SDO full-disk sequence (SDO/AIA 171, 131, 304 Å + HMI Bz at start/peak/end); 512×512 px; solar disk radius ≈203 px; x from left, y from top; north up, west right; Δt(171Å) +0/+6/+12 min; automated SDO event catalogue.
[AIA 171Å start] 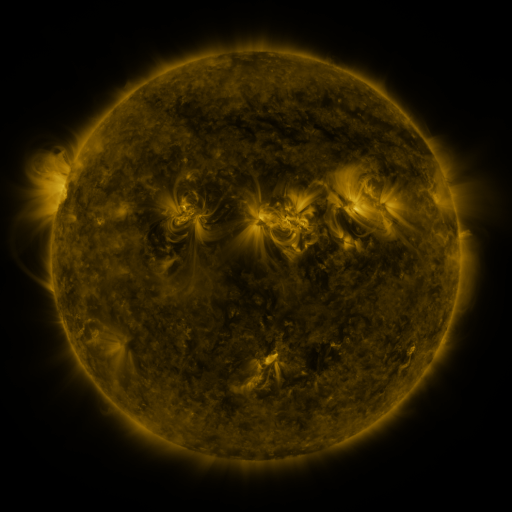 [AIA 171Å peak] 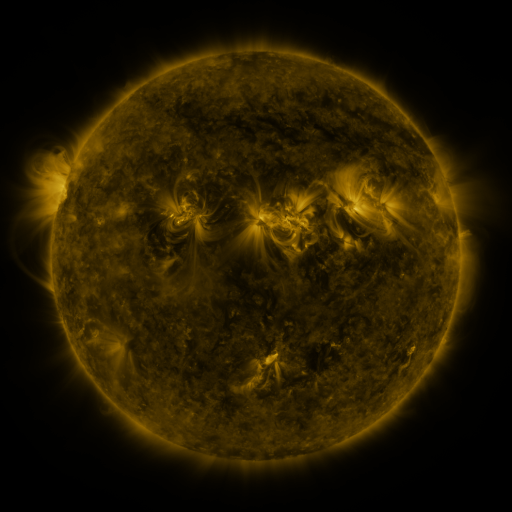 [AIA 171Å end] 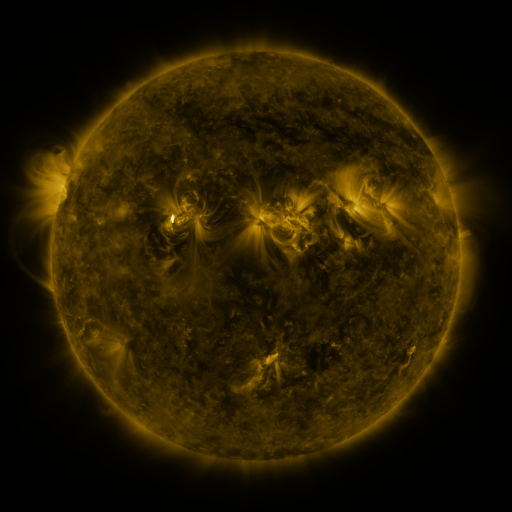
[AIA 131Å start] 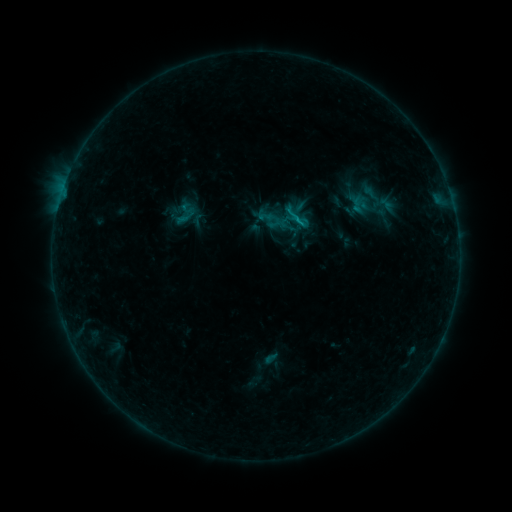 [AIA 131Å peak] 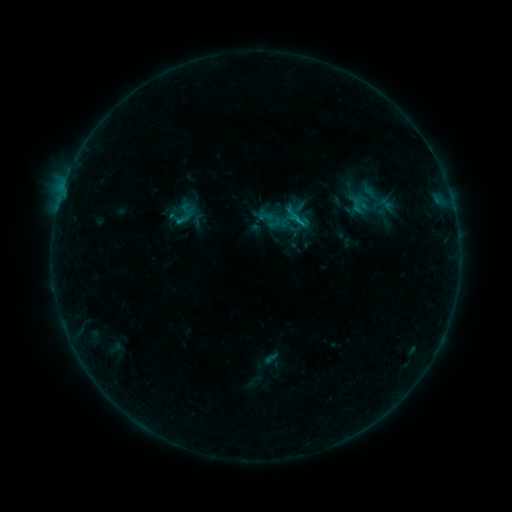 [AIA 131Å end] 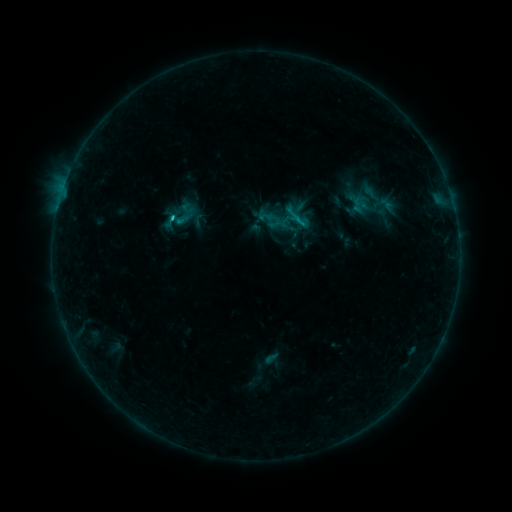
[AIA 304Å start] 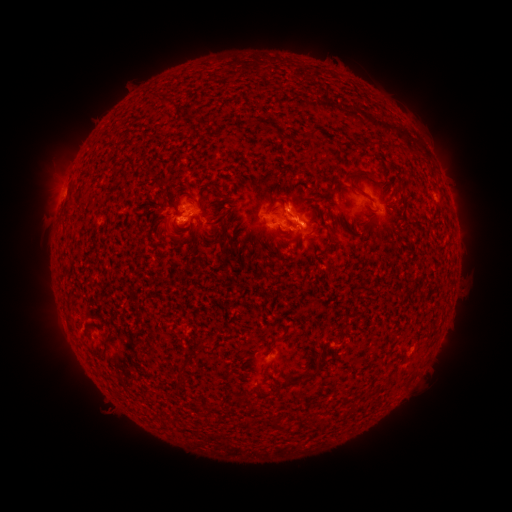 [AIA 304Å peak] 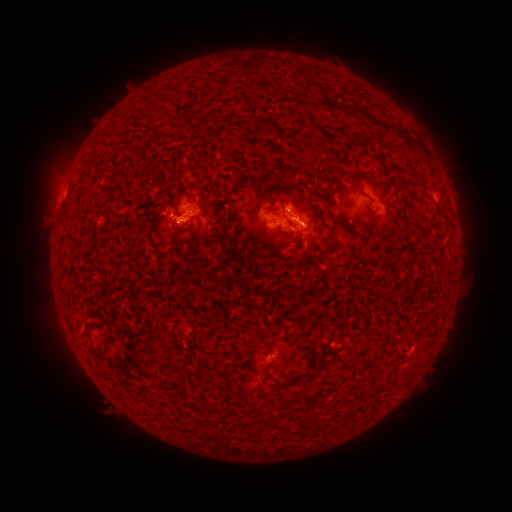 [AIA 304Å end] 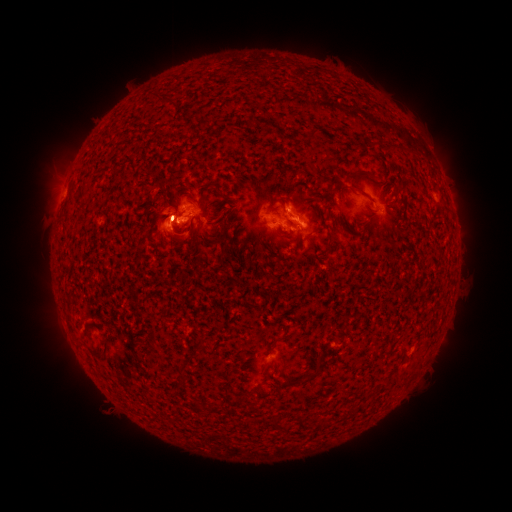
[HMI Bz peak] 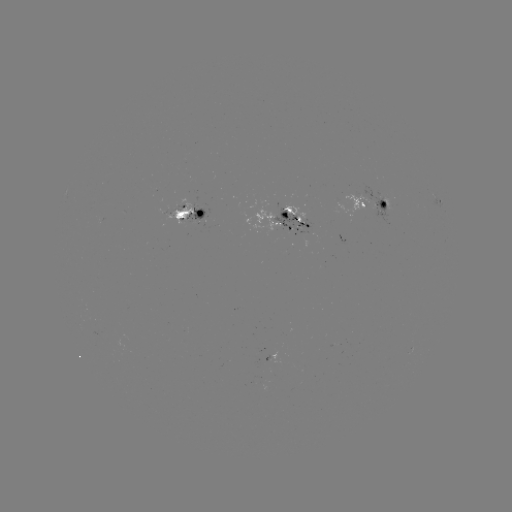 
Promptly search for C1.2 flare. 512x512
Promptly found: (181, 225).